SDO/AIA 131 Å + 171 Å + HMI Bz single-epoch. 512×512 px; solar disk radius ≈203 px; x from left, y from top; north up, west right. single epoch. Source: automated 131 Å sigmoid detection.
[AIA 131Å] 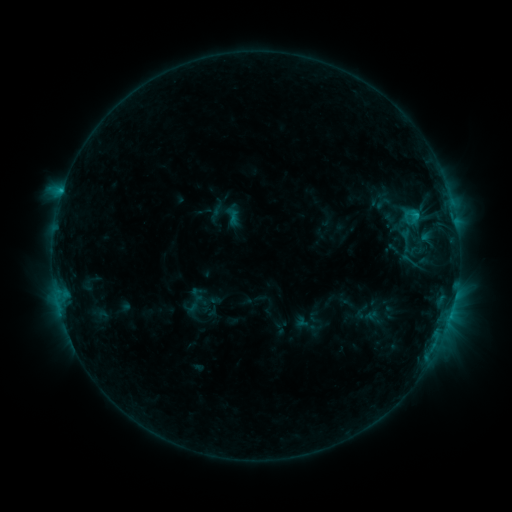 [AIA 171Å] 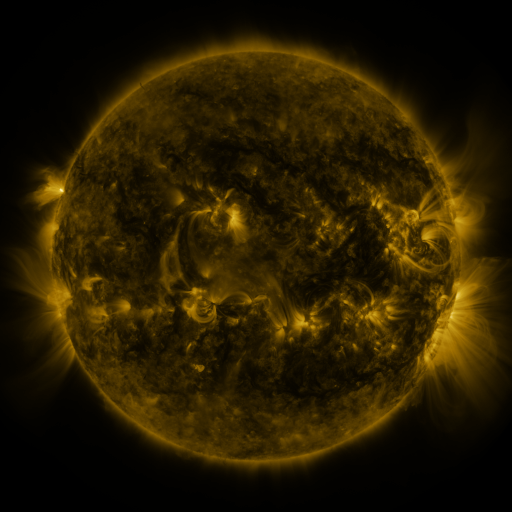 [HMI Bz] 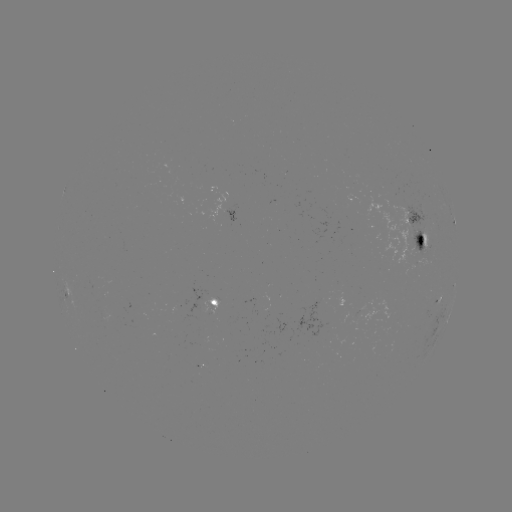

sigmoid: <bbox>399, 251, 418, 270</bbox>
